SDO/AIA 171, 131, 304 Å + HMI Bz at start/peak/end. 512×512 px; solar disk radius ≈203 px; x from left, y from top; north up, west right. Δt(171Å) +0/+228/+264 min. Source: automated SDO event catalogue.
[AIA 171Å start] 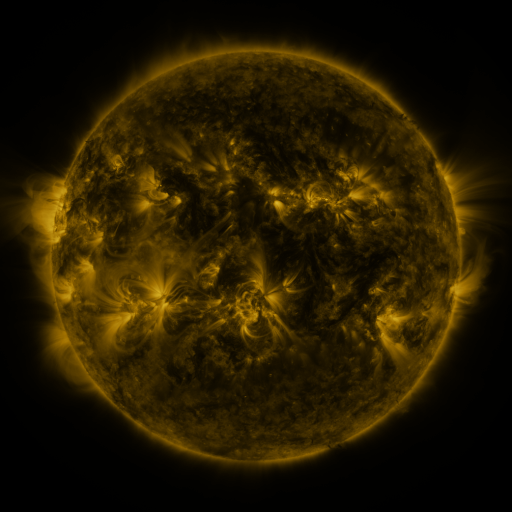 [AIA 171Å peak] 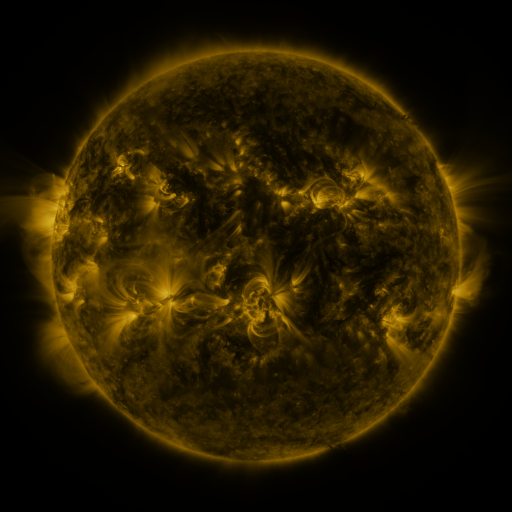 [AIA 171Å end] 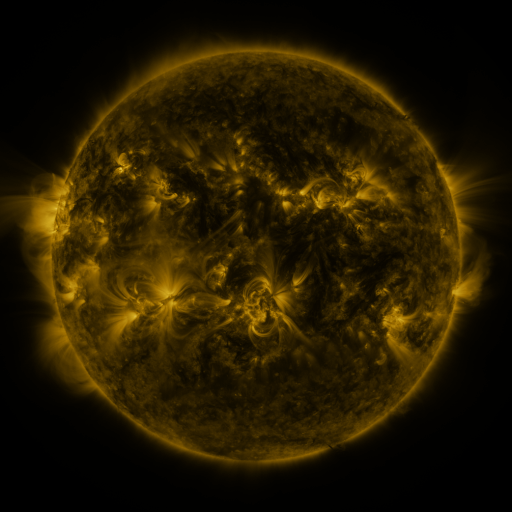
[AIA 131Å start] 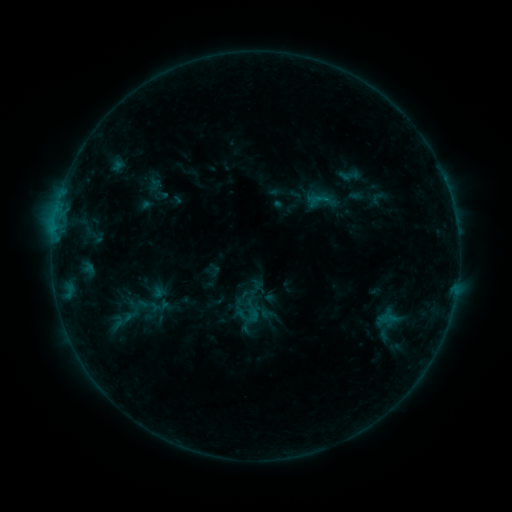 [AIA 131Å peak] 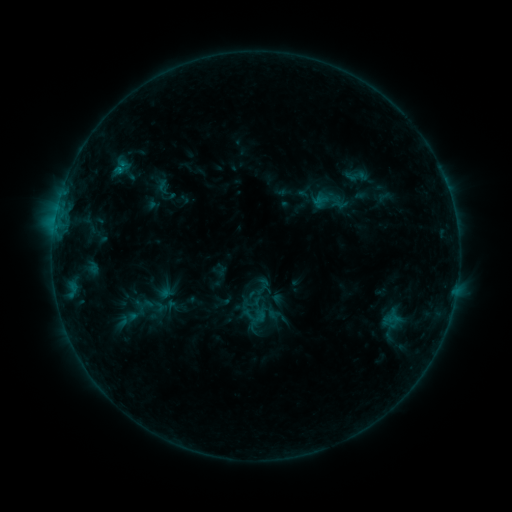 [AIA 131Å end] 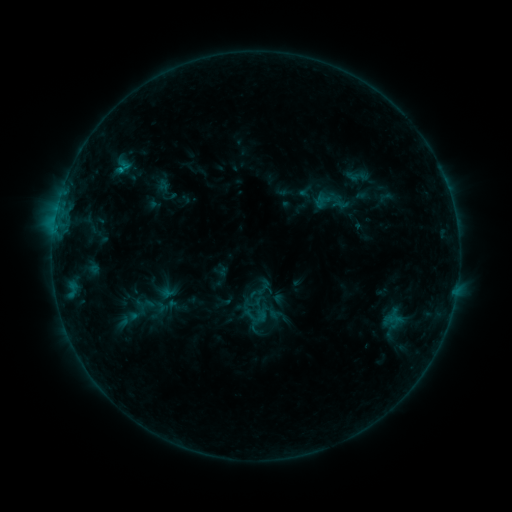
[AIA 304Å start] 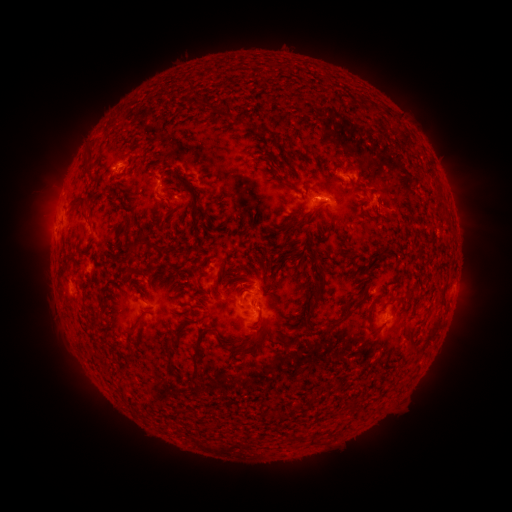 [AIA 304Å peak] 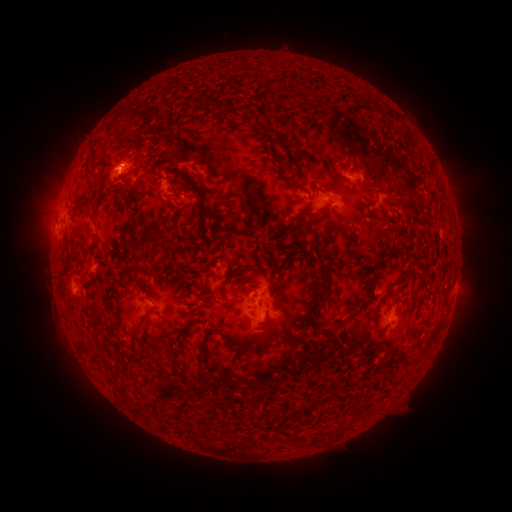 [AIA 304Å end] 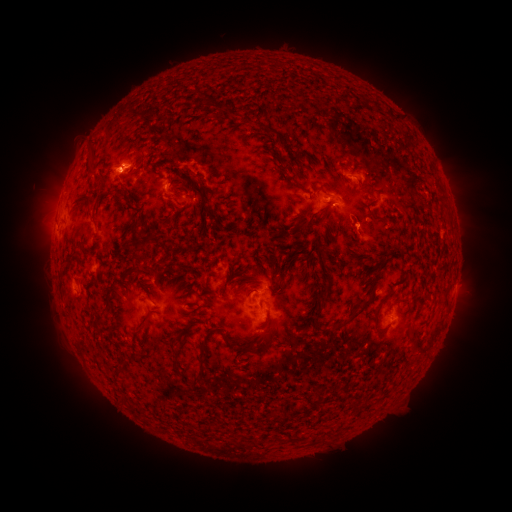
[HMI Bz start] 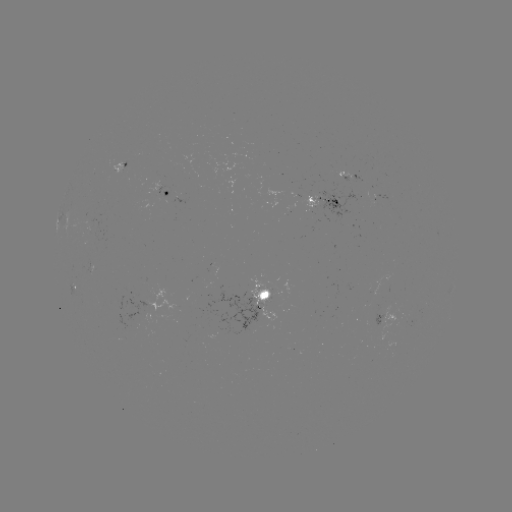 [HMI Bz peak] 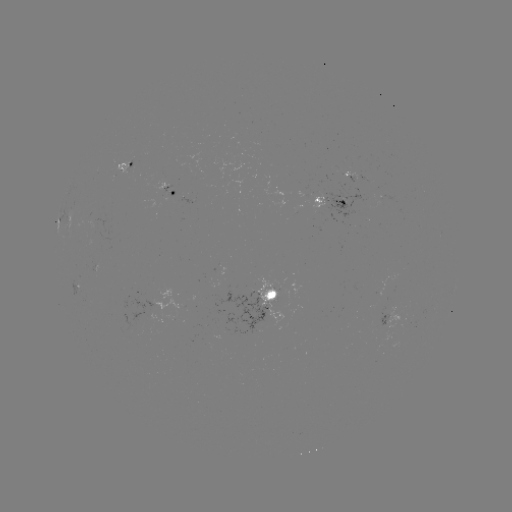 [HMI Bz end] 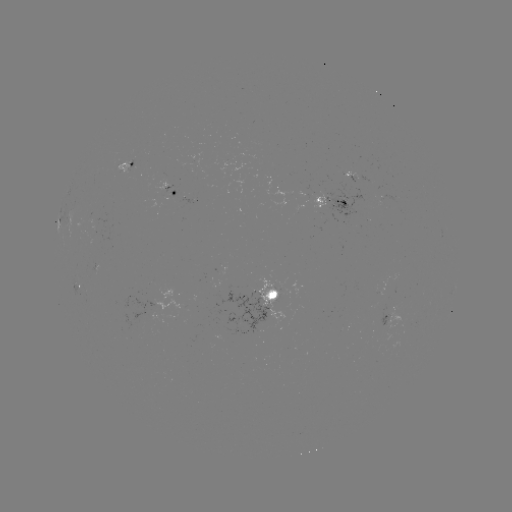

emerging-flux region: <bbox>310, 188, 325, 208</bbox>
